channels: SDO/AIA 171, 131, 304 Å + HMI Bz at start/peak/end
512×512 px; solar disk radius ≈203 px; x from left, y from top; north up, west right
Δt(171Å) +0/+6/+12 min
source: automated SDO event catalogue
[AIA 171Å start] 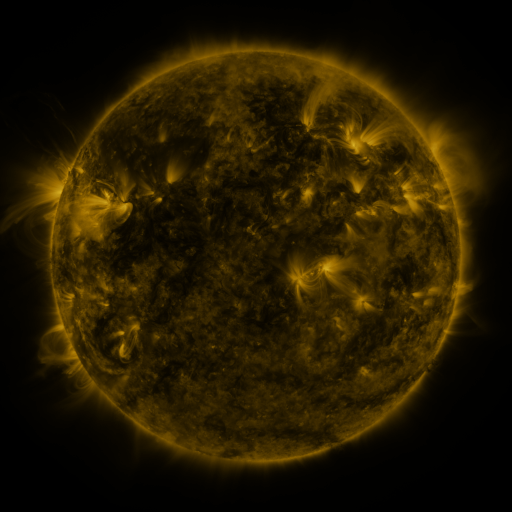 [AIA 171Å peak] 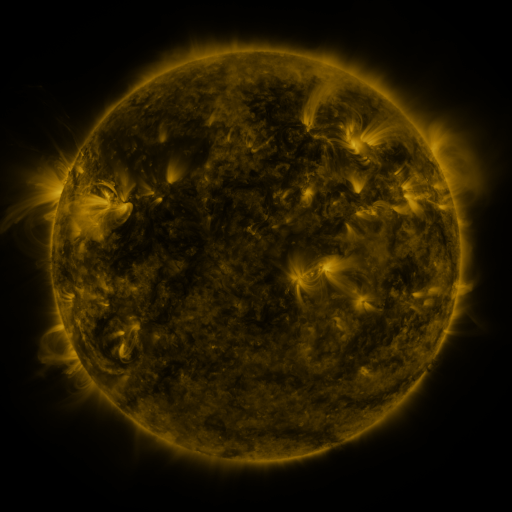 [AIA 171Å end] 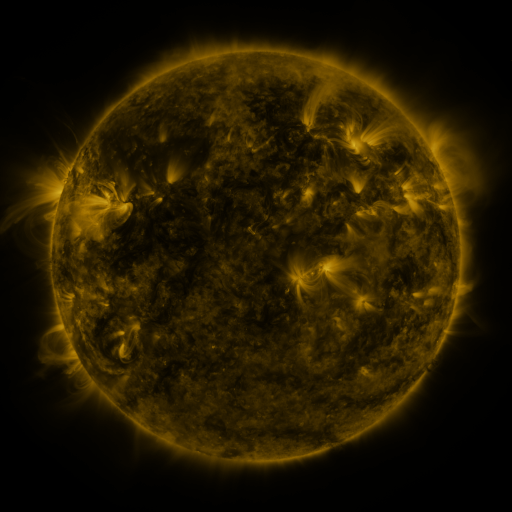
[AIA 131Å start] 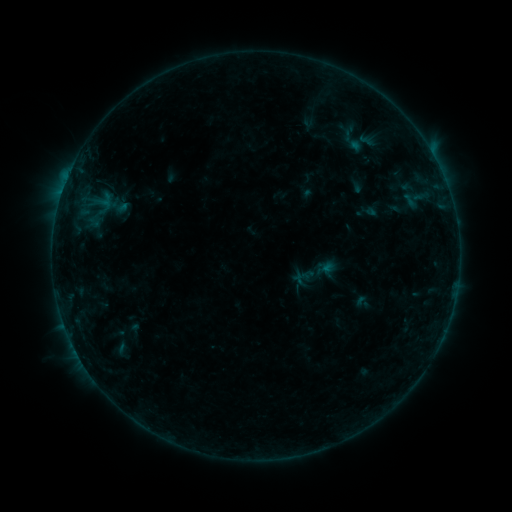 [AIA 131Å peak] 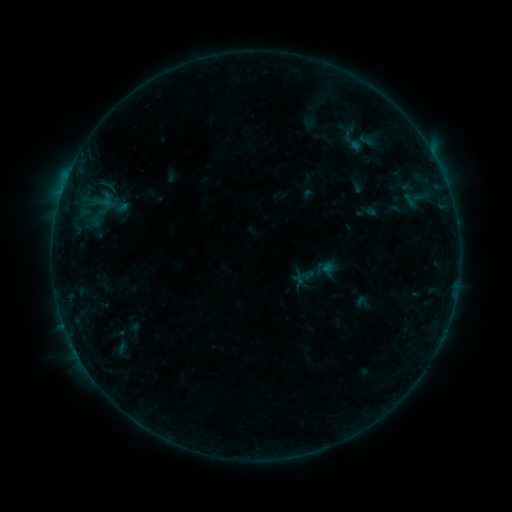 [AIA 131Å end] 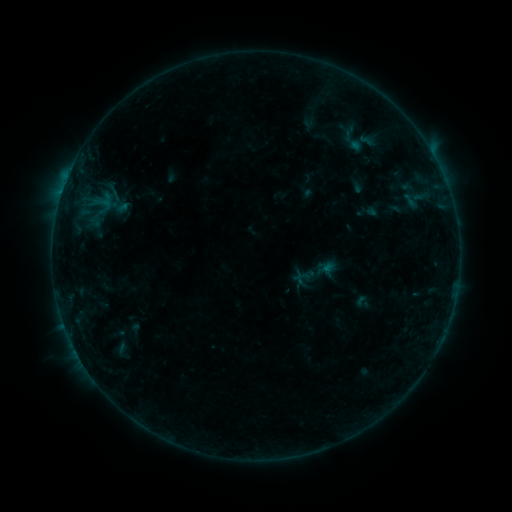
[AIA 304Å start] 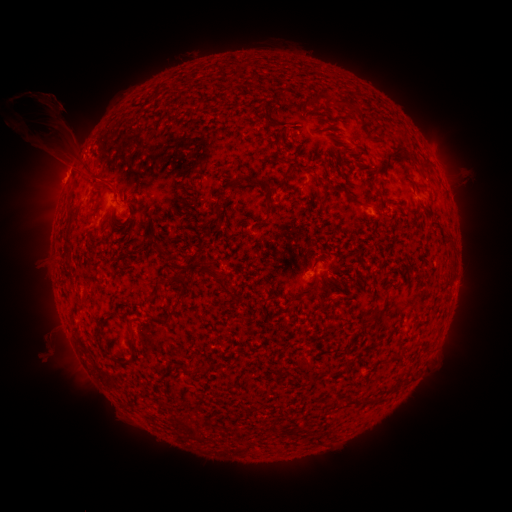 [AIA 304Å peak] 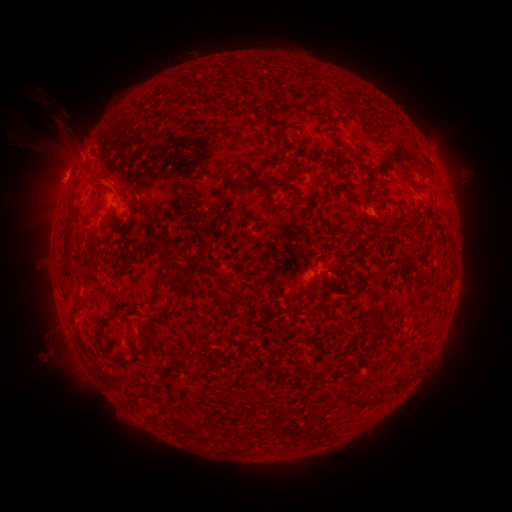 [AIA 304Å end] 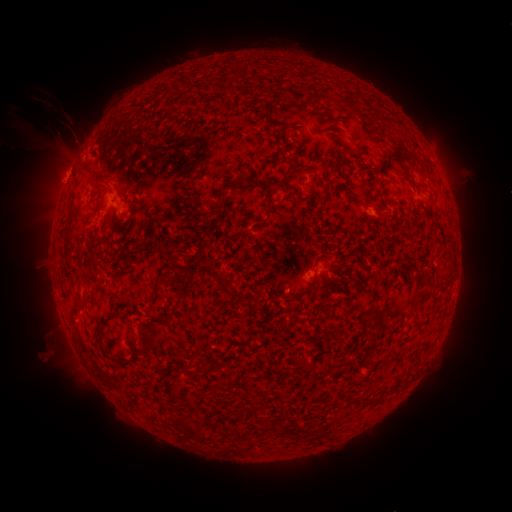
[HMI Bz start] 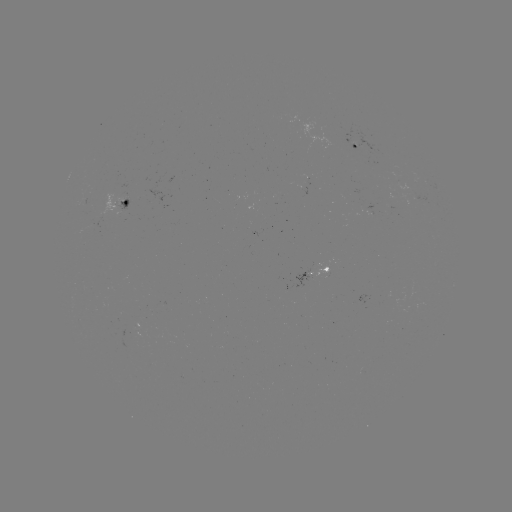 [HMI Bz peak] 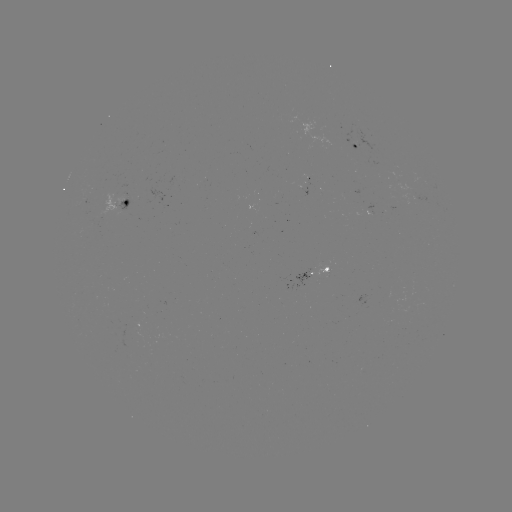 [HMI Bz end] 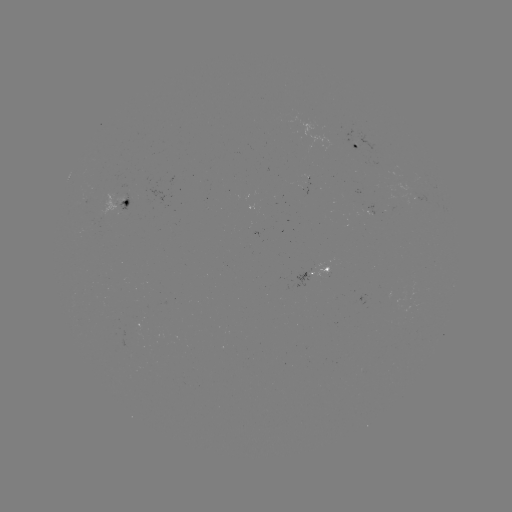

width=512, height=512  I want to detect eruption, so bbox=[80, 161, 124, 199].